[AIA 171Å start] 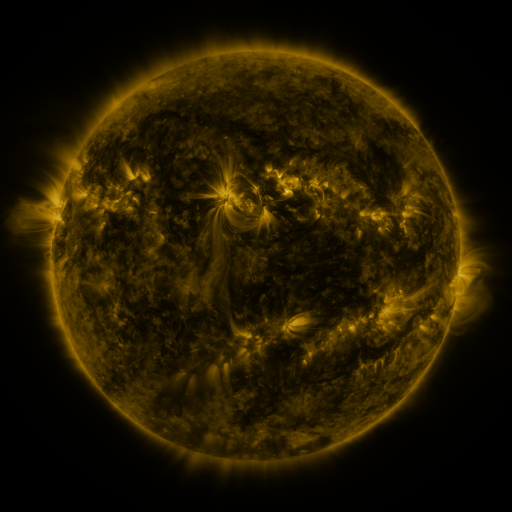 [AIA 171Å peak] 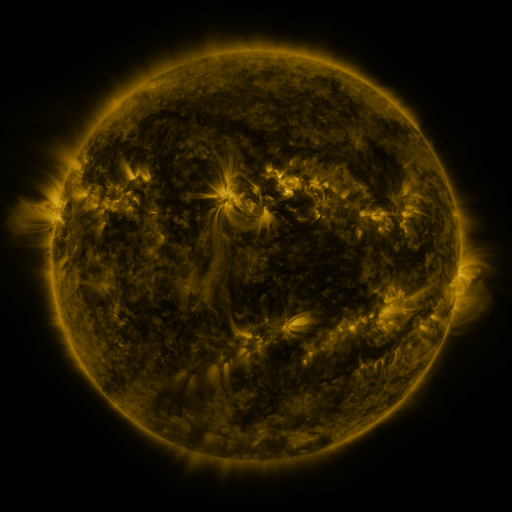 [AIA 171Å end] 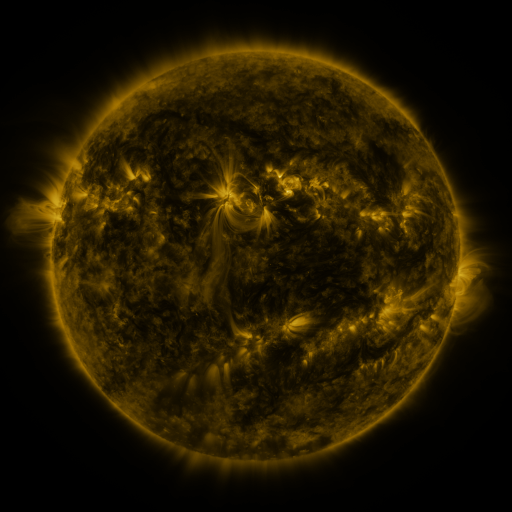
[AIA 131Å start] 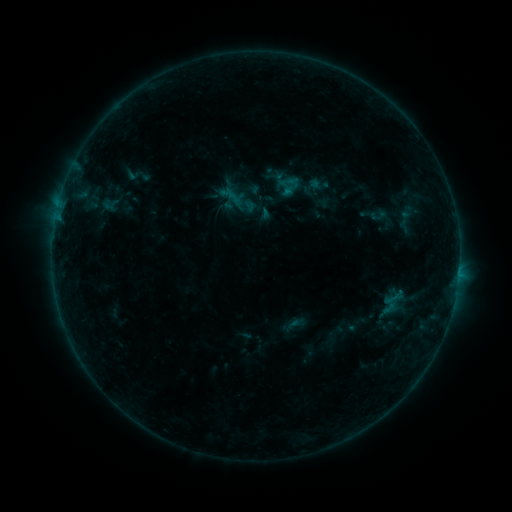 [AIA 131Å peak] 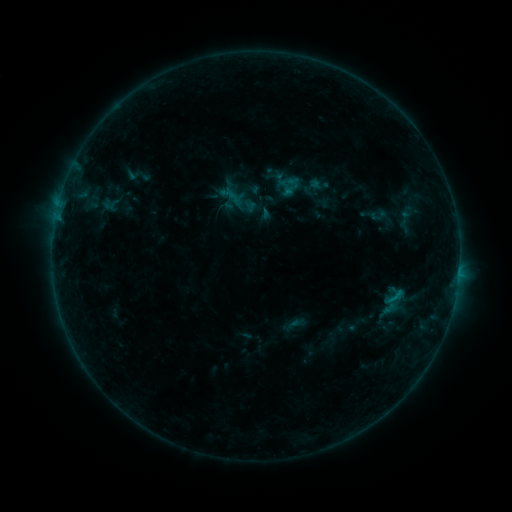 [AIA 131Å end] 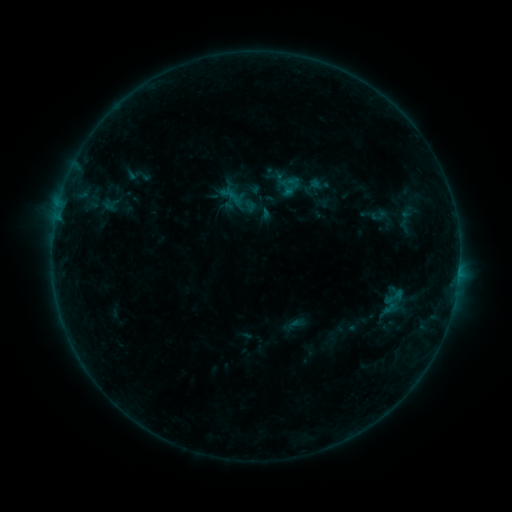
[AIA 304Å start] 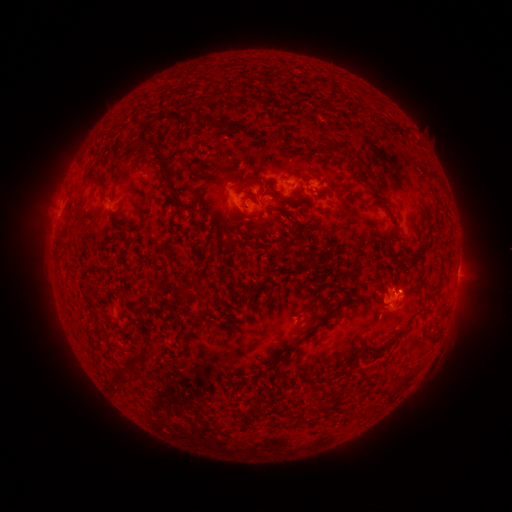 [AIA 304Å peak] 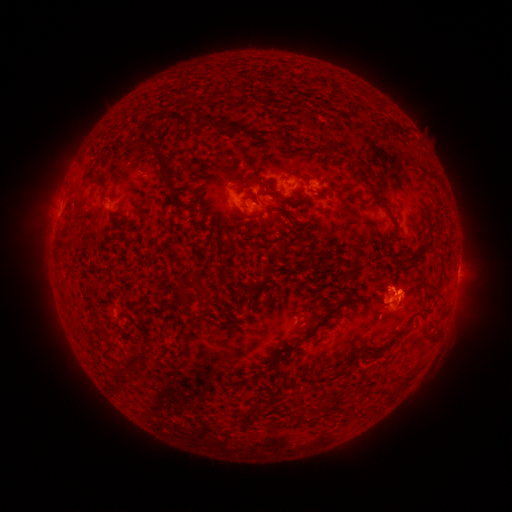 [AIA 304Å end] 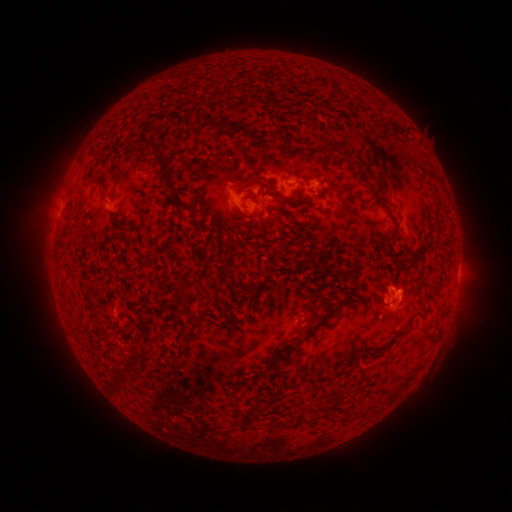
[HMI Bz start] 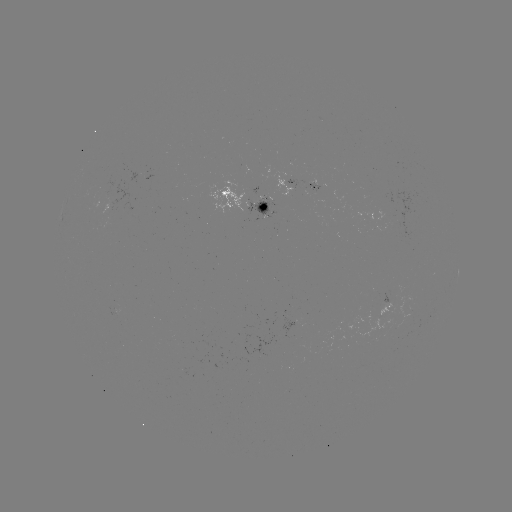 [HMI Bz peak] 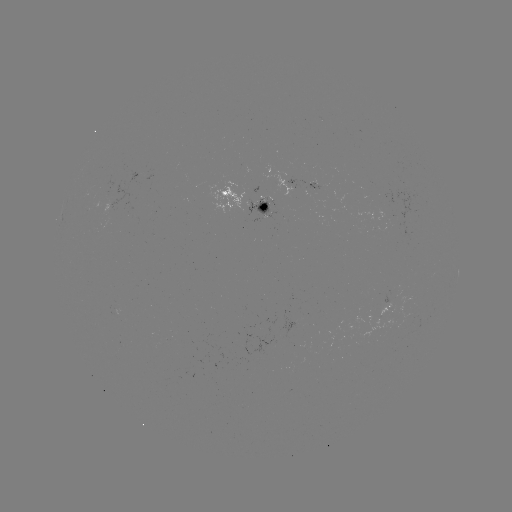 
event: flare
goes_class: B5.0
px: (396, 294)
